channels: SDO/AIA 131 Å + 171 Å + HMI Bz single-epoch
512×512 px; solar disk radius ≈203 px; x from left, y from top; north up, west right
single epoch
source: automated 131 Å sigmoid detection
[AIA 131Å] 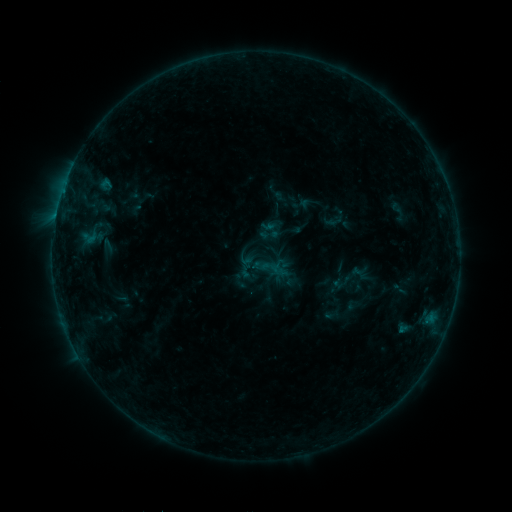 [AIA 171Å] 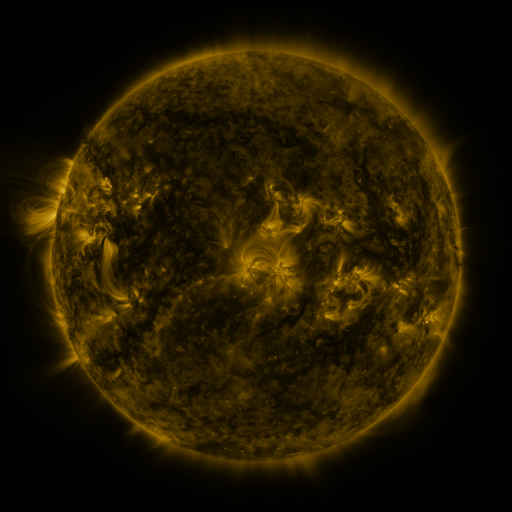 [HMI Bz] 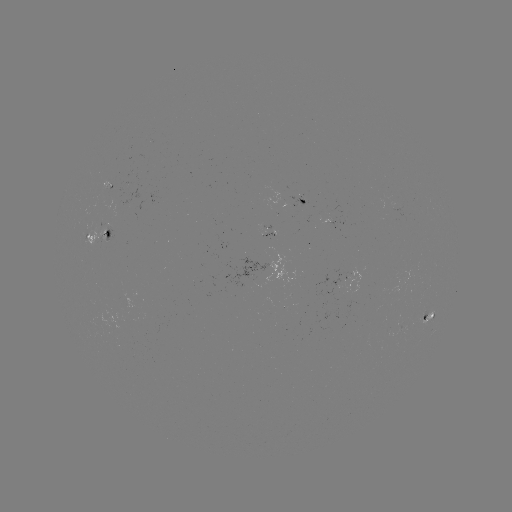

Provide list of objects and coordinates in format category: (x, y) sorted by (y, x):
sigmoid: (271, 268)
sigmoid: (360, 270)
